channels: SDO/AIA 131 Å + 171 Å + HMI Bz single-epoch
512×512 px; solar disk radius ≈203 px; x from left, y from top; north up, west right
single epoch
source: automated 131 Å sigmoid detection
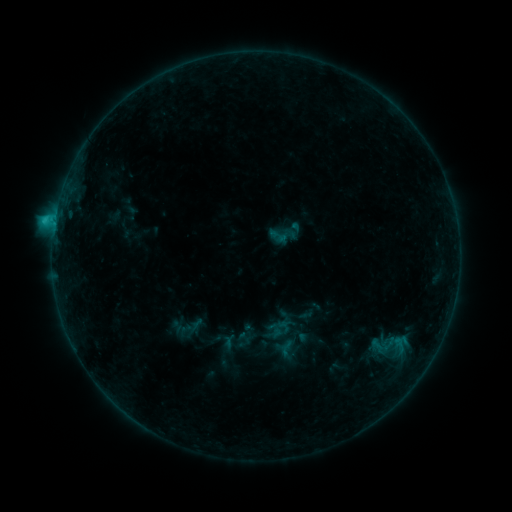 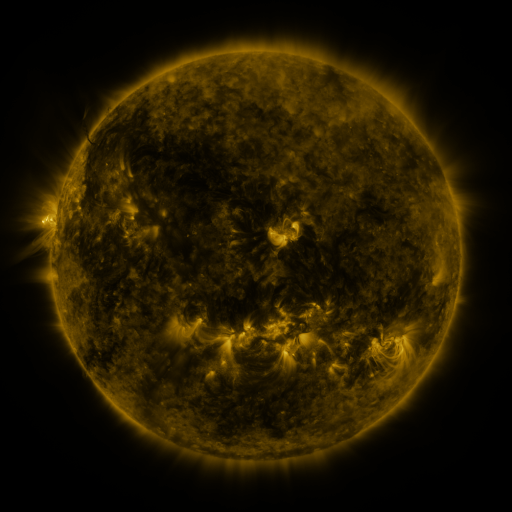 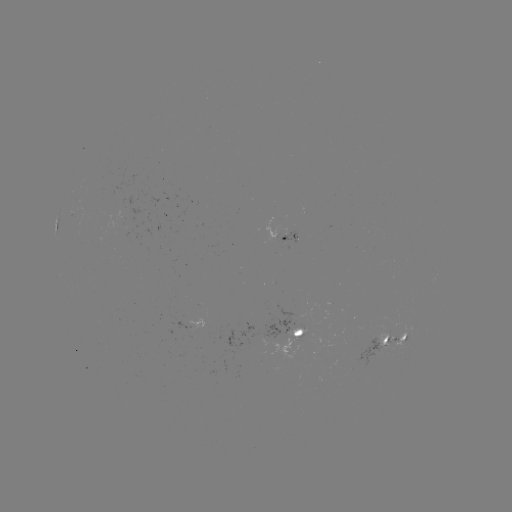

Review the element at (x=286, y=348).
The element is sigmoid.